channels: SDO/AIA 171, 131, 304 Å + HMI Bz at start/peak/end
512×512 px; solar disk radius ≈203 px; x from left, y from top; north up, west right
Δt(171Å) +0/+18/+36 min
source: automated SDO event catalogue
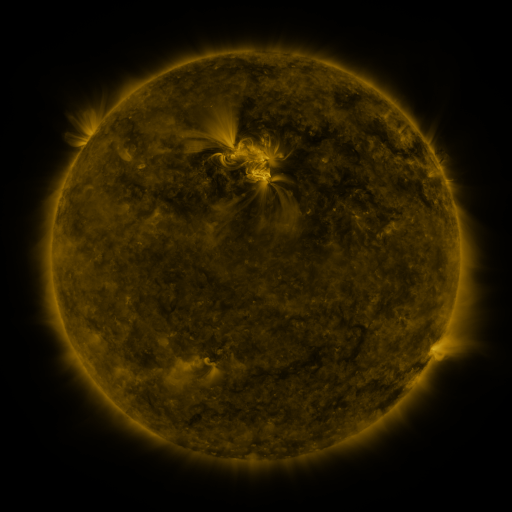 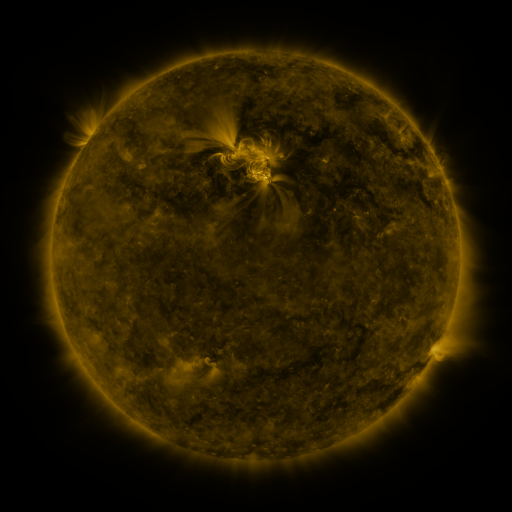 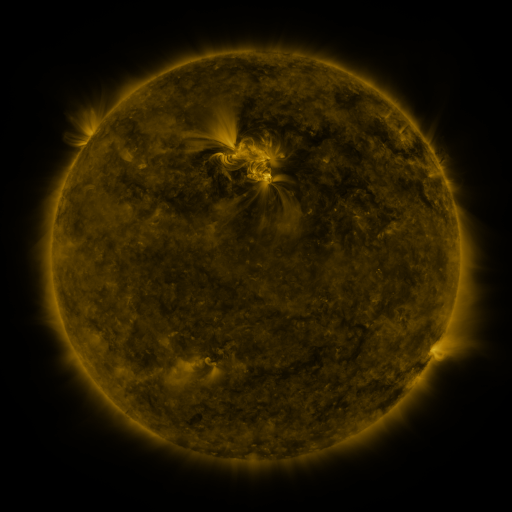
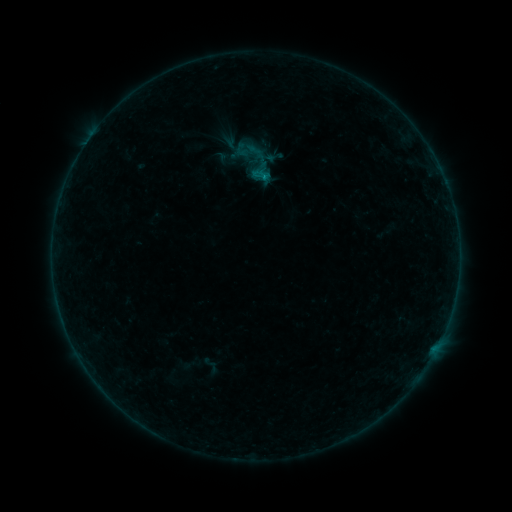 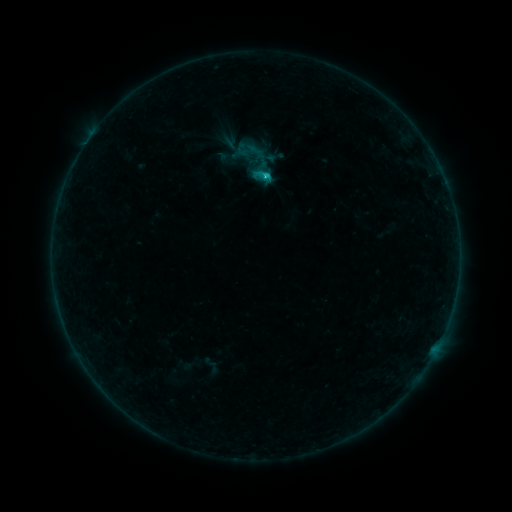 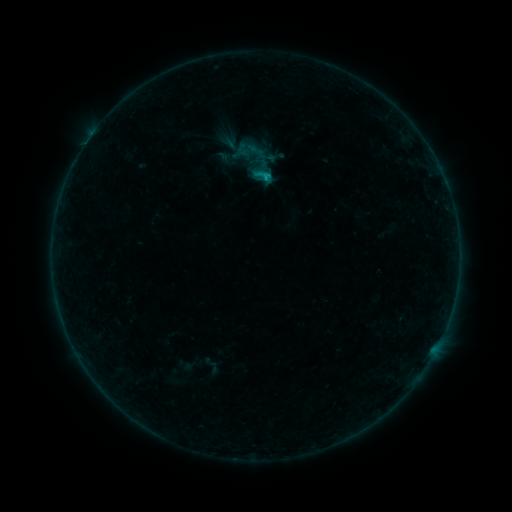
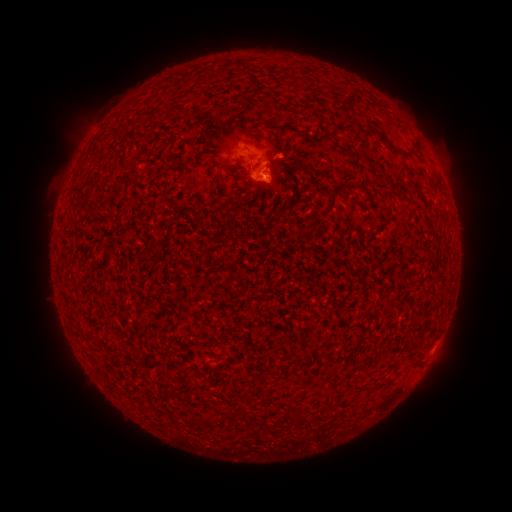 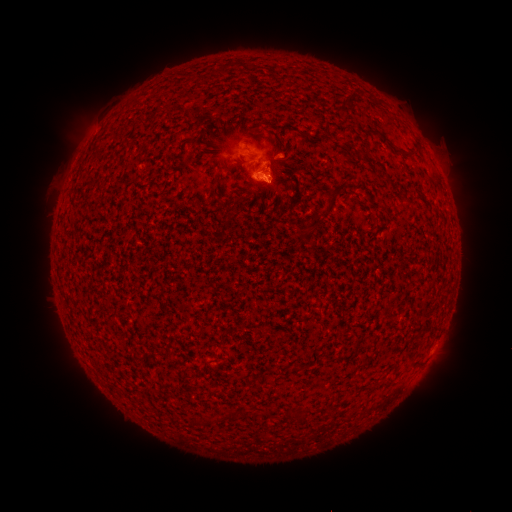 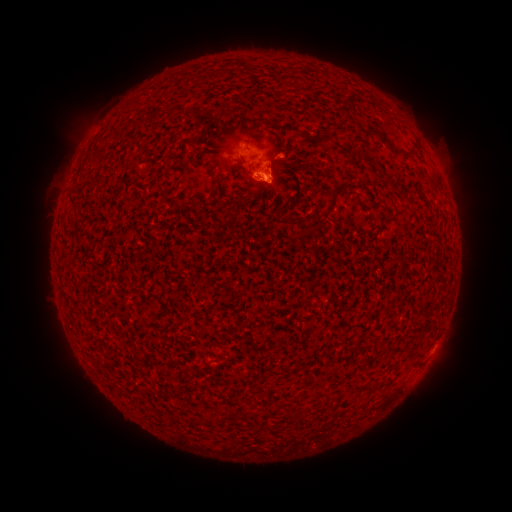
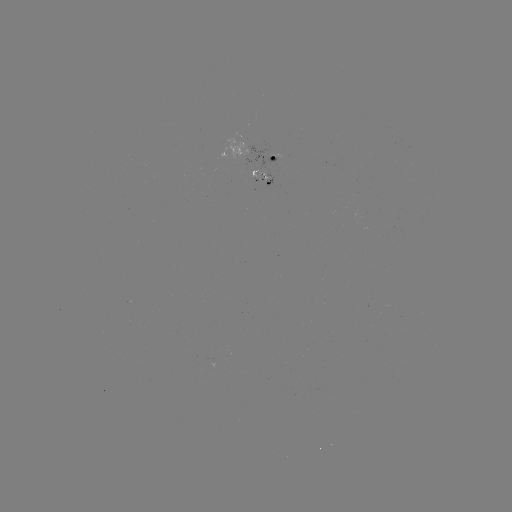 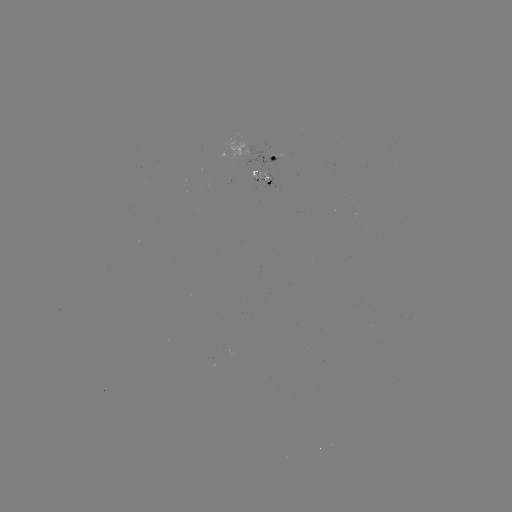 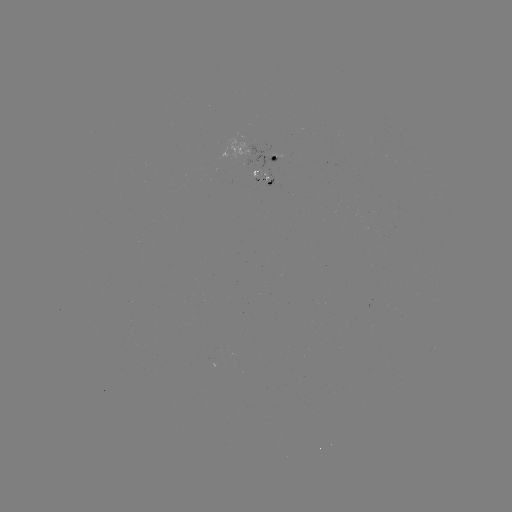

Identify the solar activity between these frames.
C1.1 flare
